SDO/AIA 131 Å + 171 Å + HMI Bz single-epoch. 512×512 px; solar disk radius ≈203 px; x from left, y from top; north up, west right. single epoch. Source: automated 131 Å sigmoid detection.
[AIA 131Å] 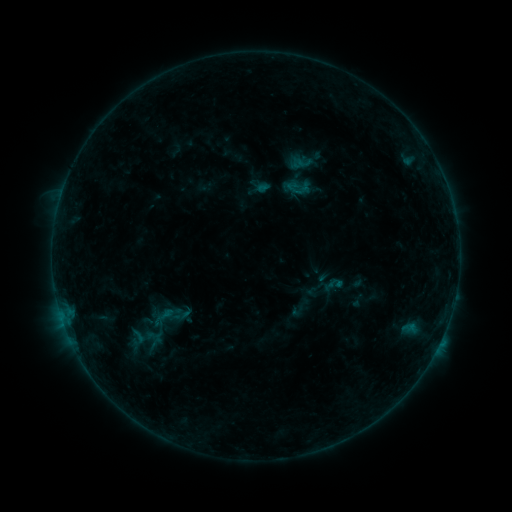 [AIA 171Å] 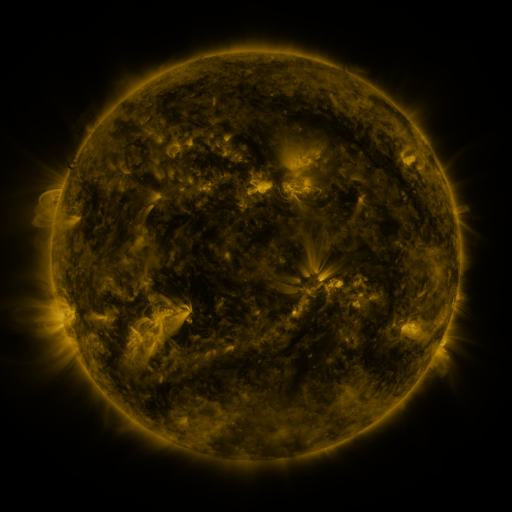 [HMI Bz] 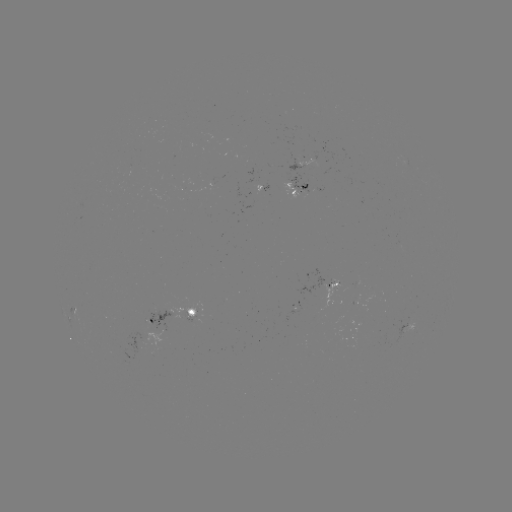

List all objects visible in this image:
sigmoid: [123, 328, 152, 347]
